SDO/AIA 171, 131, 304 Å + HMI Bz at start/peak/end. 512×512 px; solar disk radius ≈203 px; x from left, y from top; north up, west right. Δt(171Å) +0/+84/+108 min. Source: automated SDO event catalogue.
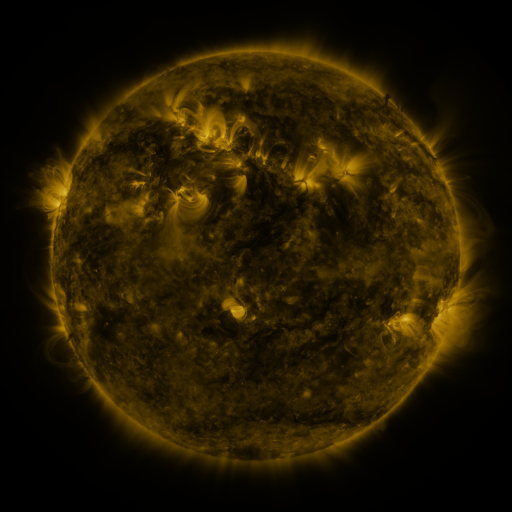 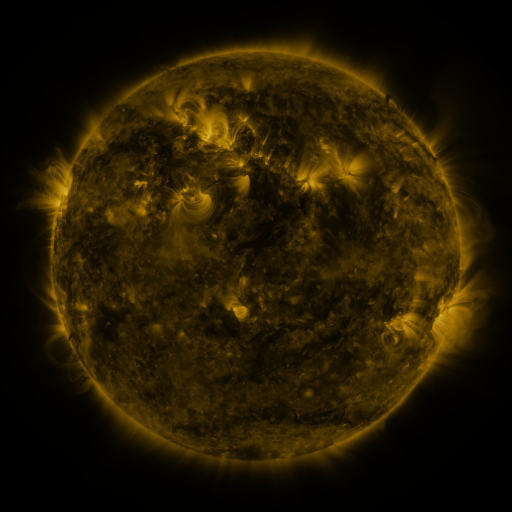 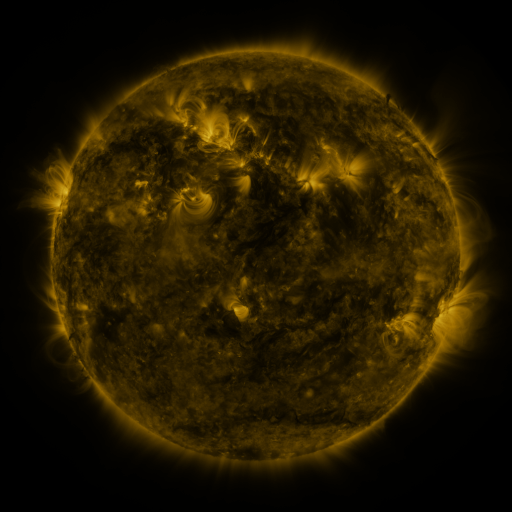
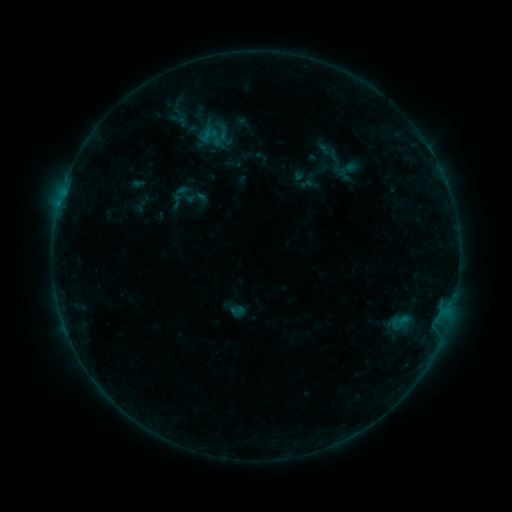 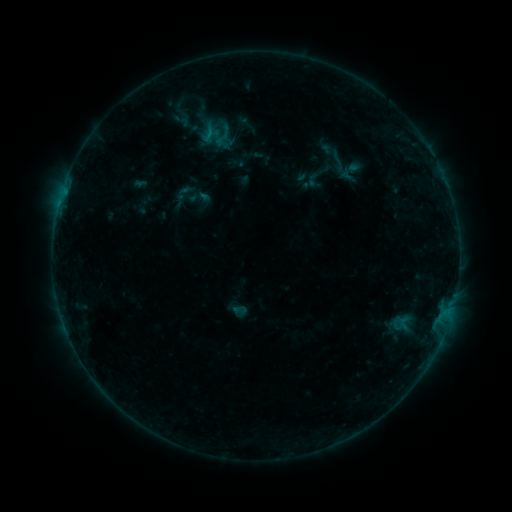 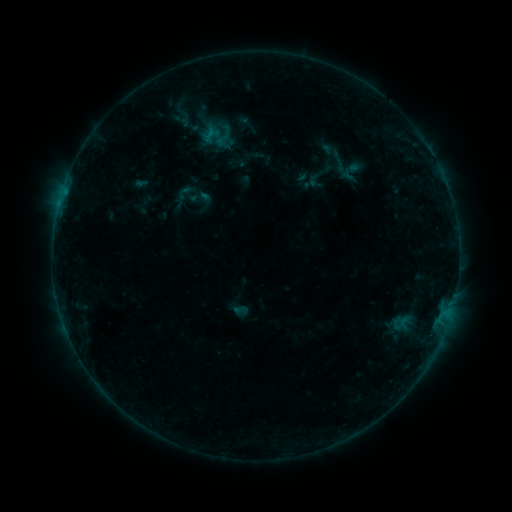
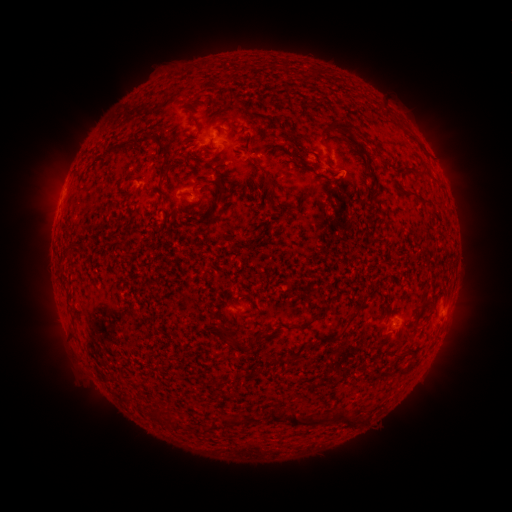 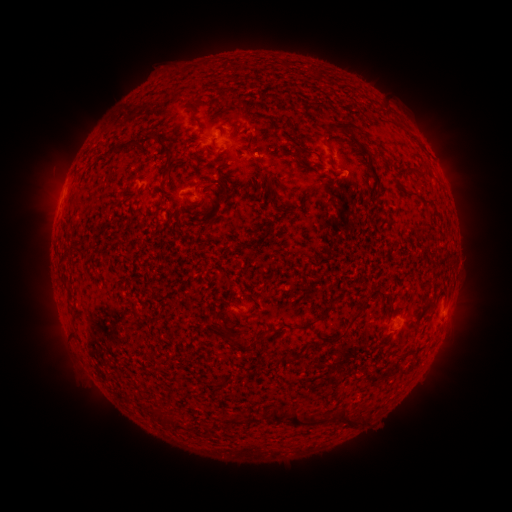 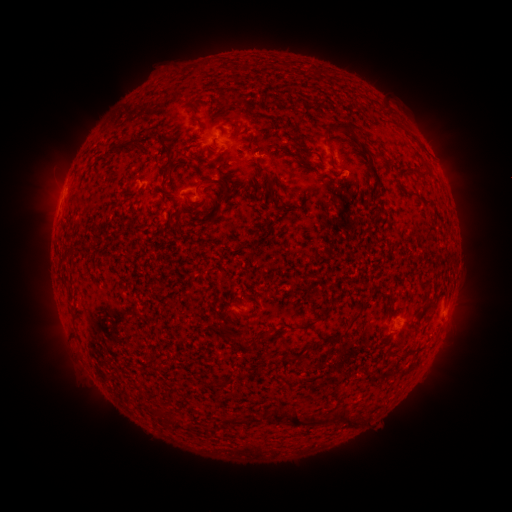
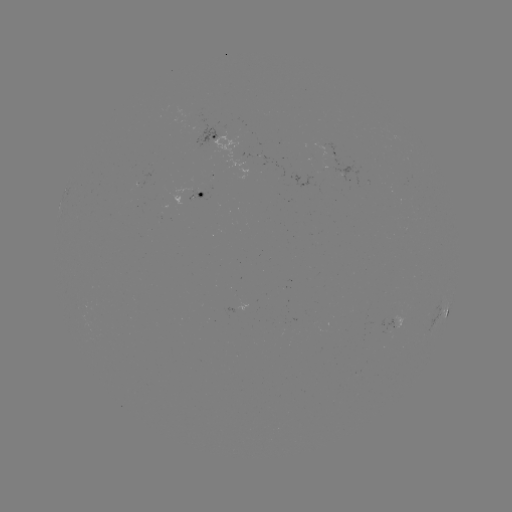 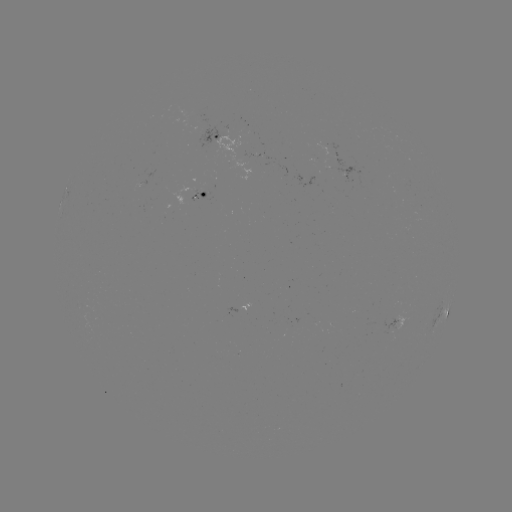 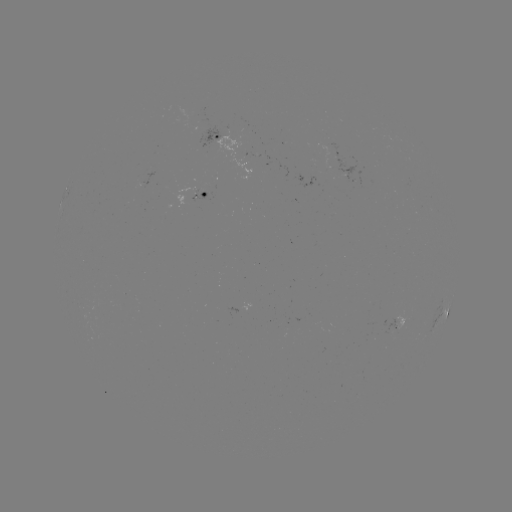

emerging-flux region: <bbox>242, 153, 259, 158</bbox>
